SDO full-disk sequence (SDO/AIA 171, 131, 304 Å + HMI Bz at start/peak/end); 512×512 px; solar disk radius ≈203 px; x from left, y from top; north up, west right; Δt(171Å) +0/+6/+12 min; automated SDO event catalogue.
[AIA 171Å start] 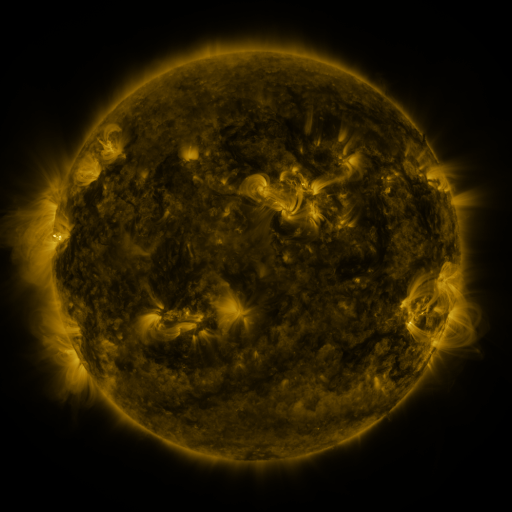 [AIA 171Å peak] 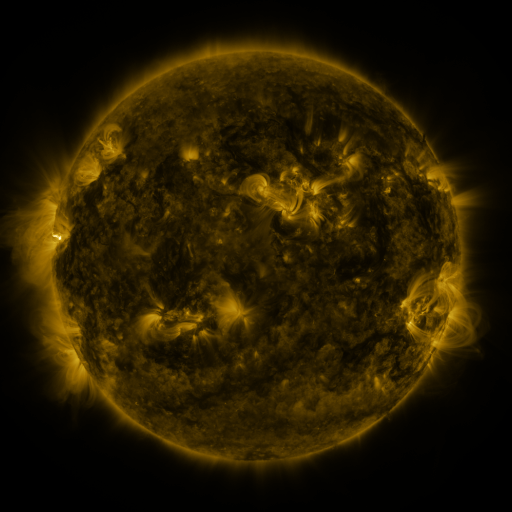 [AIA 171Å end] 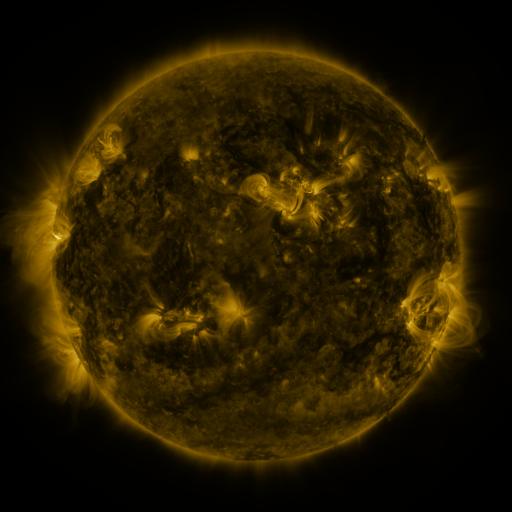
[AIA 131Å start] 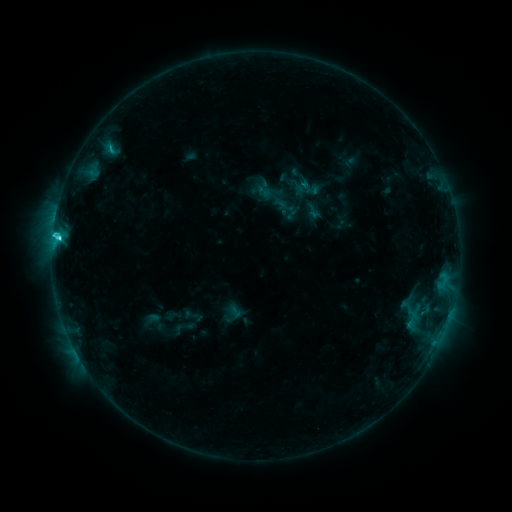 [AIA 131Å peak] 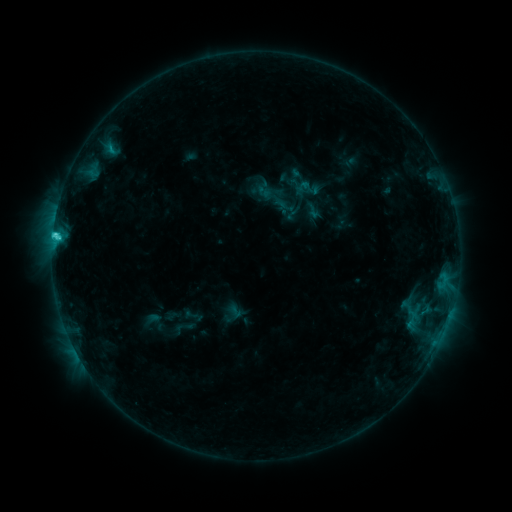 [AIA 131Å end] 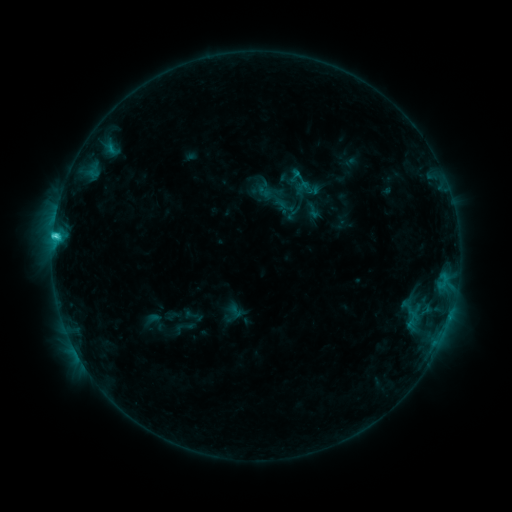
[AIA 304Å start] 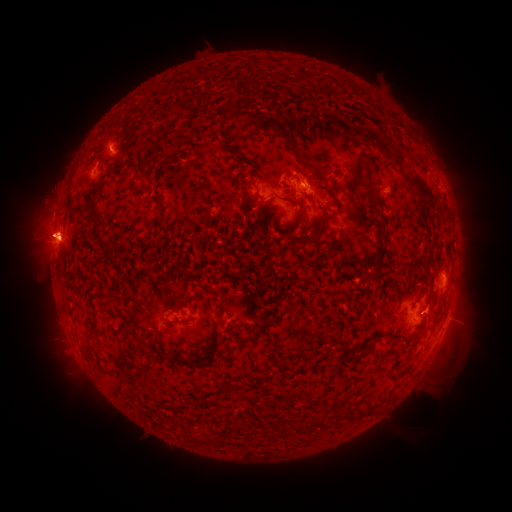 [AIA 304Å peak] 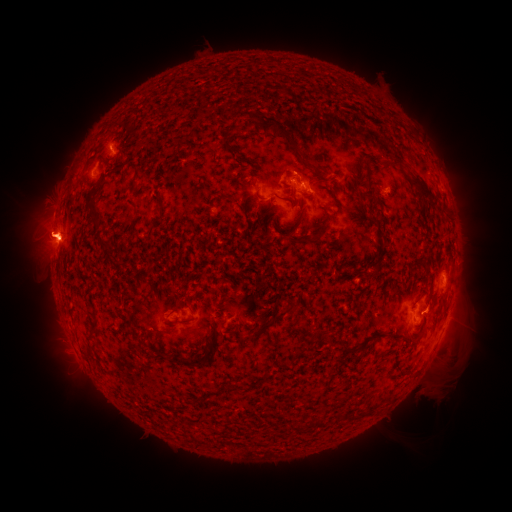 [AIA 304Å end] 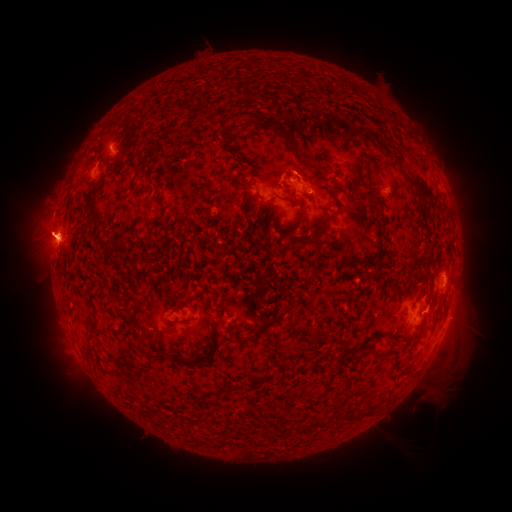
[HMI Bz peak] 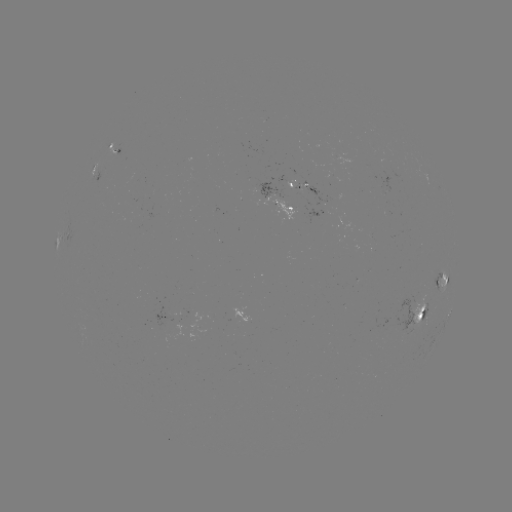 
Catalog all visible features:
eruption: (77, 242)
